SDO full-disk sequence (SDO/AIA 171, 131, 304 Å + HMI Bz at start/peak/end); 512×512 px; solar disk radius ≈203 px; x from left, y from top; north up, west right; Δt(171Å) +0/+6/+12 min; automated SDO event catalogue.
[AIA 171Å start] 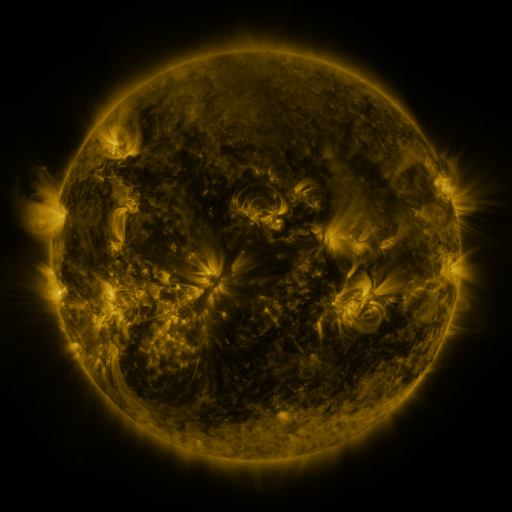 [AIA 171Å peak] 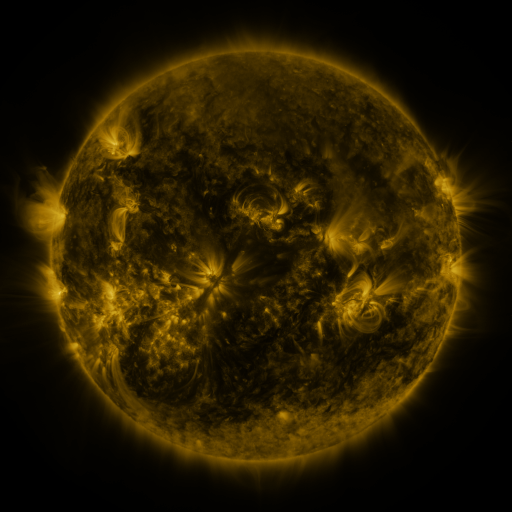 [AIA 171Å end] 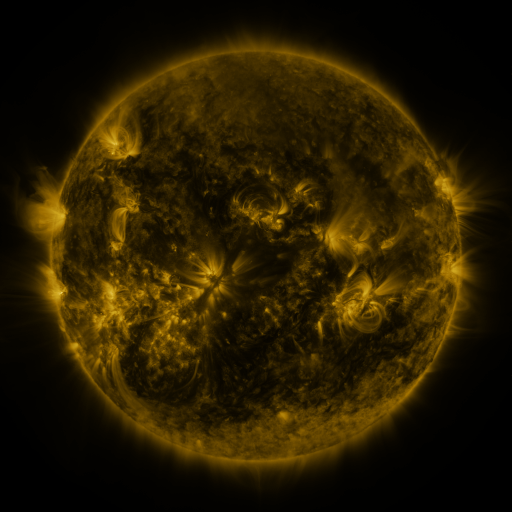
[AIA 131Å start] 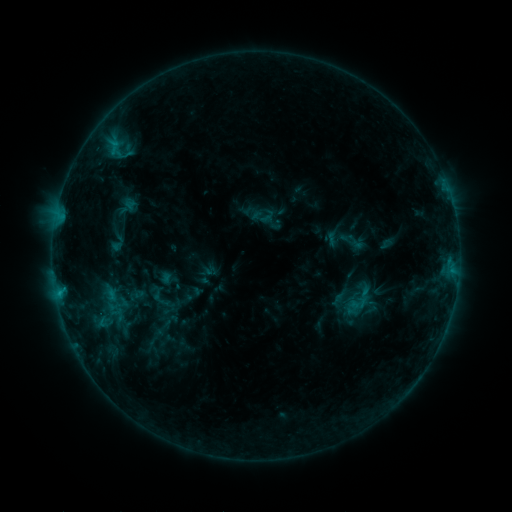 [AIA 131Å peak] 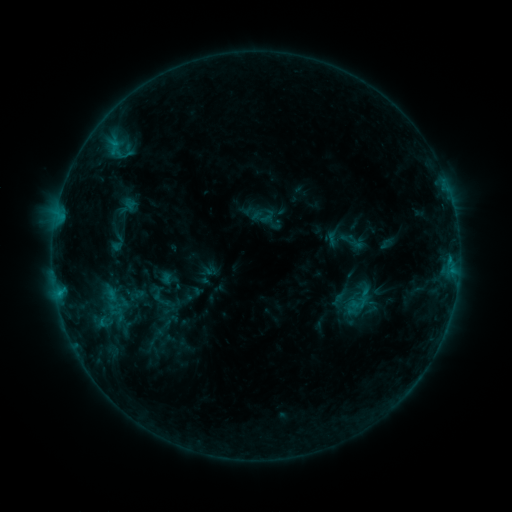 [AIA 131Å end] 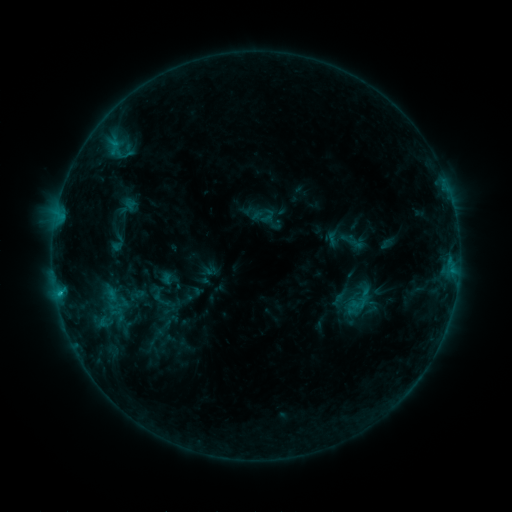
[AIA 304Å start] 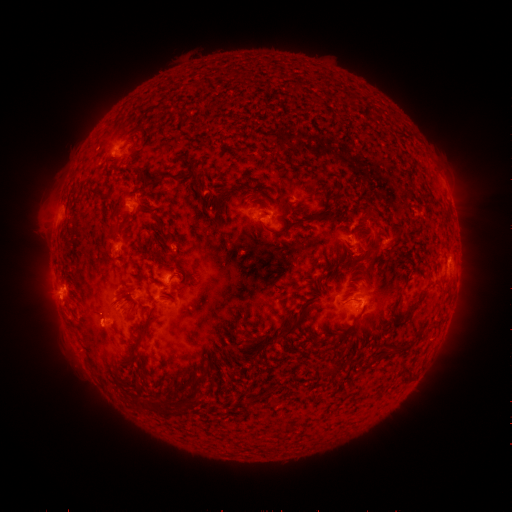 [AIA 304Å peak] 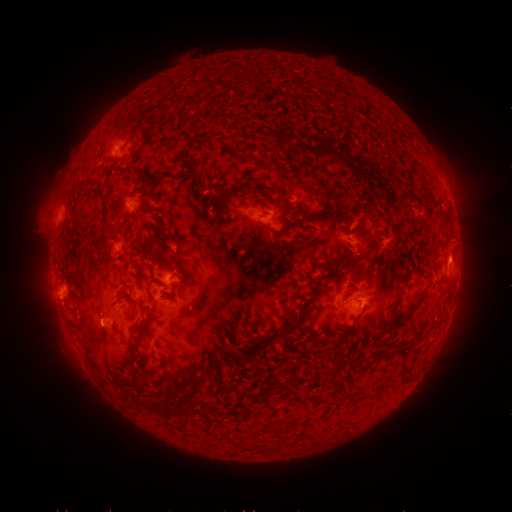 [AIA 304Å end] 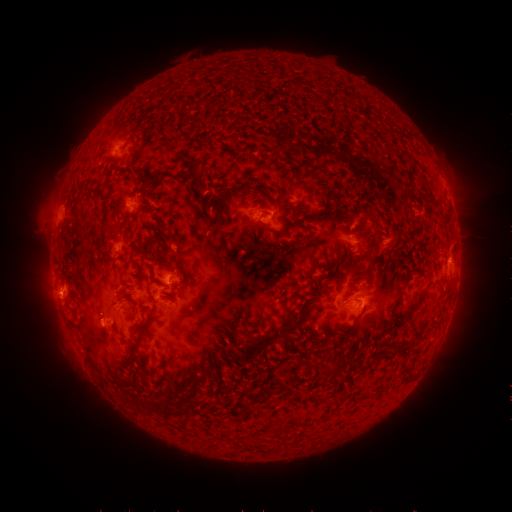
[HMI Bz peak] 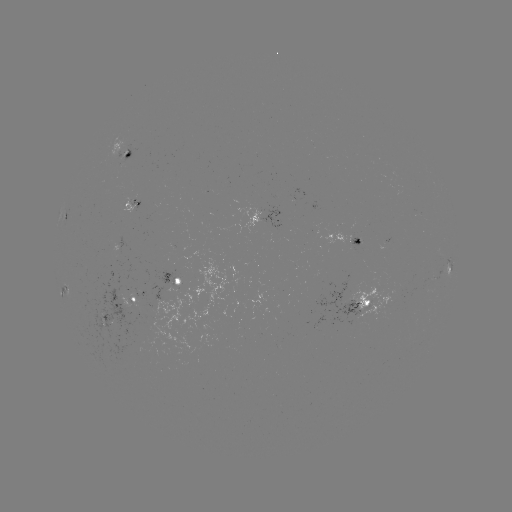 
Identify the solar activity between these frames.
eruption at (456, 244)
